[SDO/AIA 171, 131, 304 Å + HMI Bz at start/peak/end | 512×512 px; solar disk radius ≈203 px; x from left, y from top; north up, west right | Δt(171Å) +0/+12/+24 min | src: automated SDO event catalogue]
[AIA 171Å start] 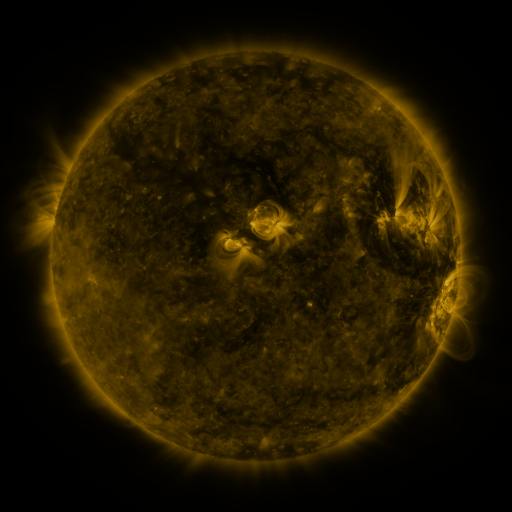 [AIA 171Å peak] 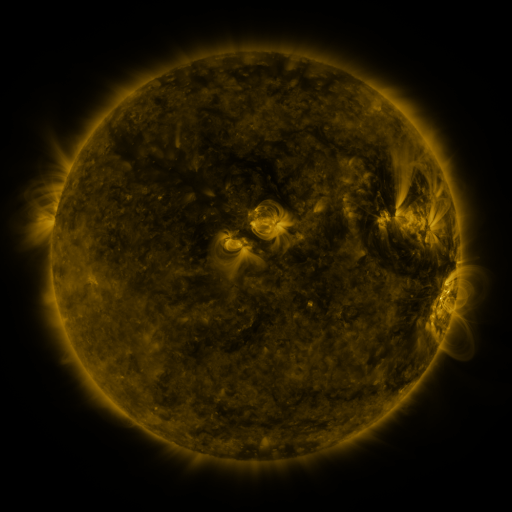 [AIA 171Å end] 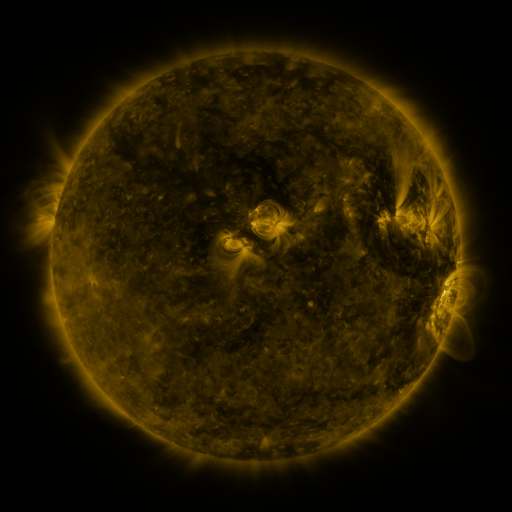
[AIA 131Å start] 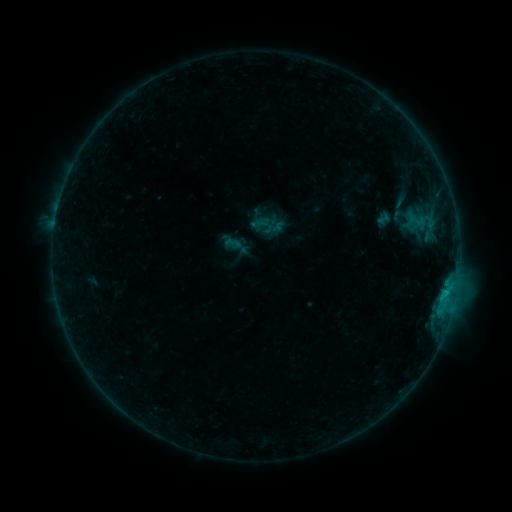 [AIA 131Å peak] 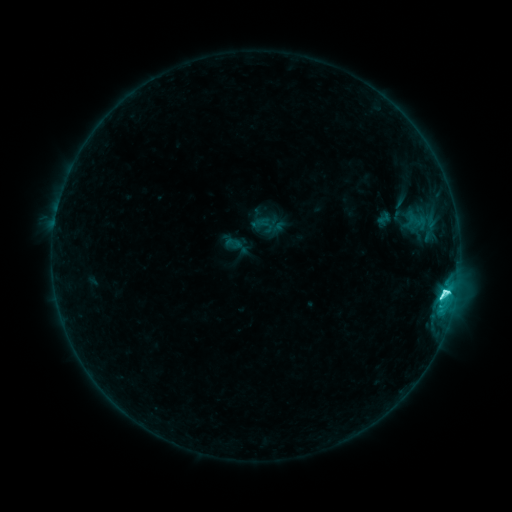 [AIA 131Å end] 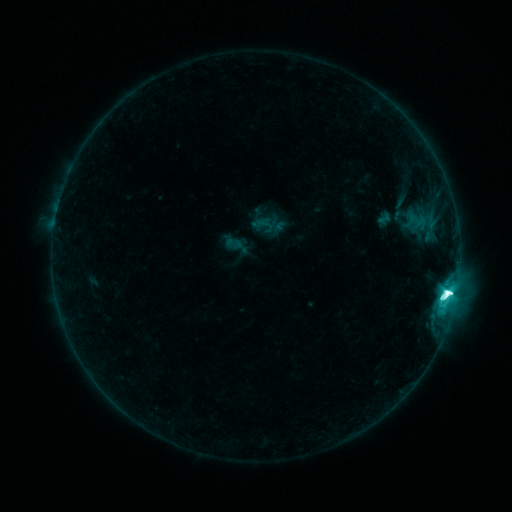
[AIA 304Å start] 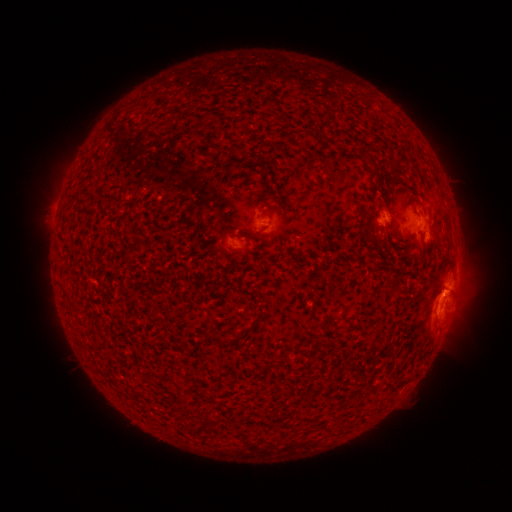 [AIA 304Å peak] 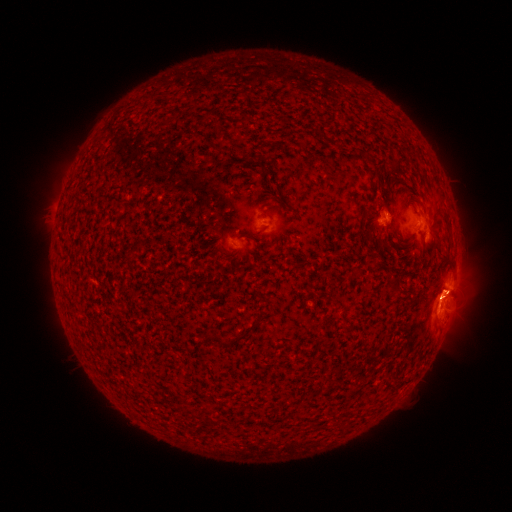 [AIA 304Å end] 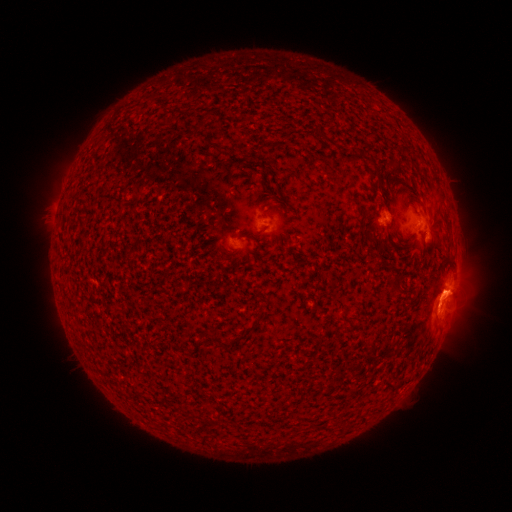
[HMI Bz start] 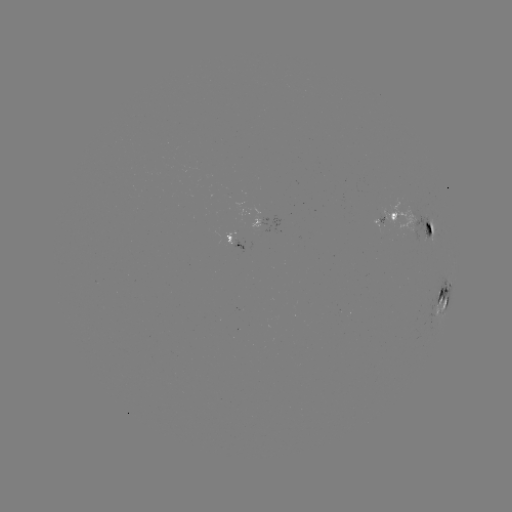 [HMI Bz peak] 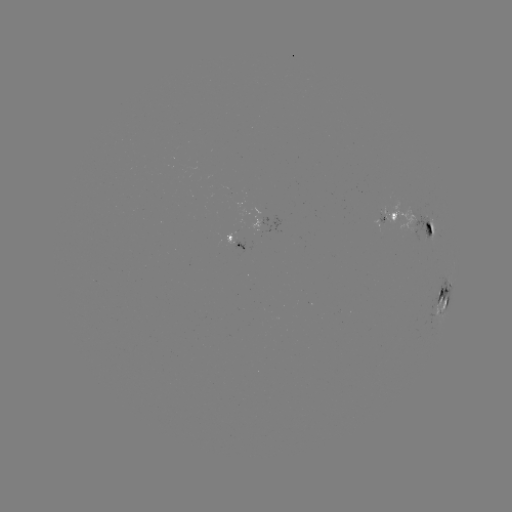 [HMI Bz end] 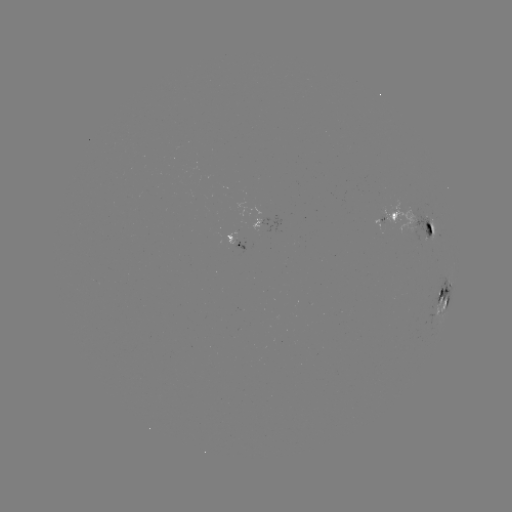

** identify M2.1 flare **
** [444, 293] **